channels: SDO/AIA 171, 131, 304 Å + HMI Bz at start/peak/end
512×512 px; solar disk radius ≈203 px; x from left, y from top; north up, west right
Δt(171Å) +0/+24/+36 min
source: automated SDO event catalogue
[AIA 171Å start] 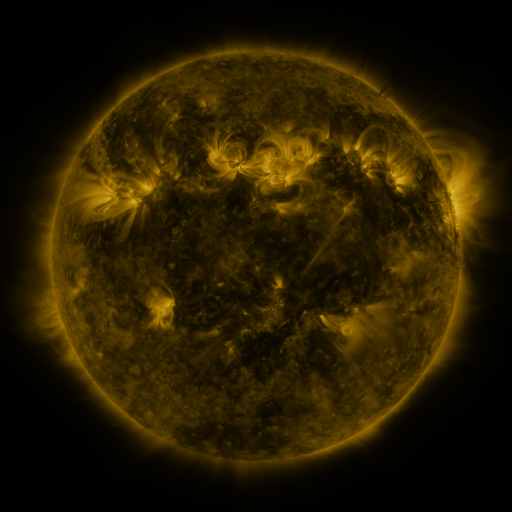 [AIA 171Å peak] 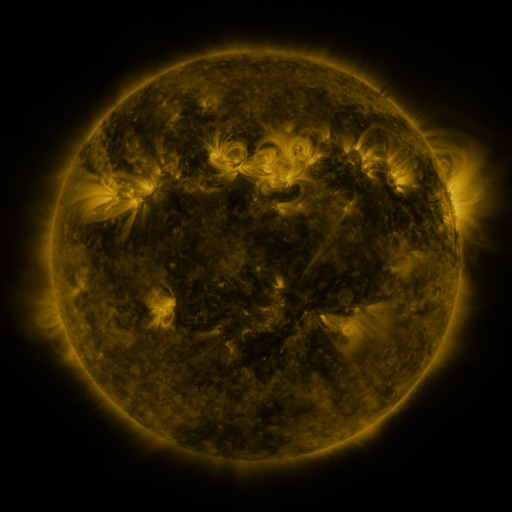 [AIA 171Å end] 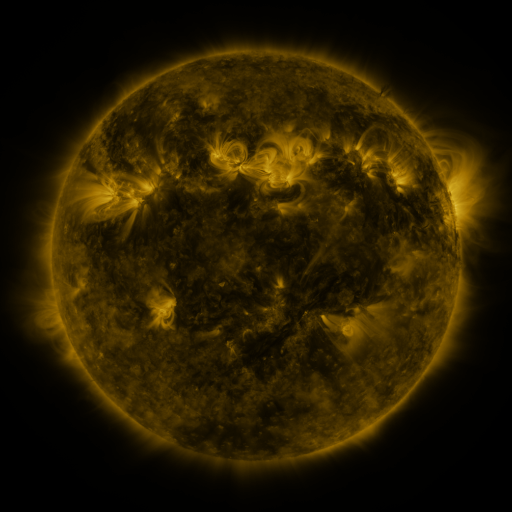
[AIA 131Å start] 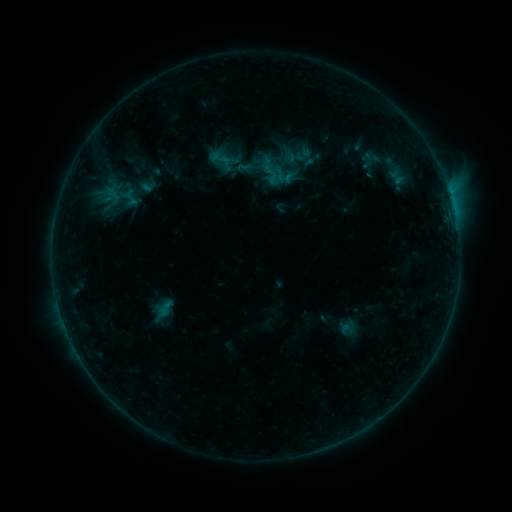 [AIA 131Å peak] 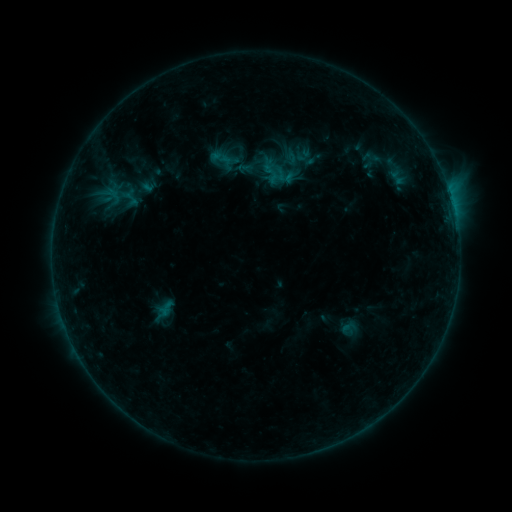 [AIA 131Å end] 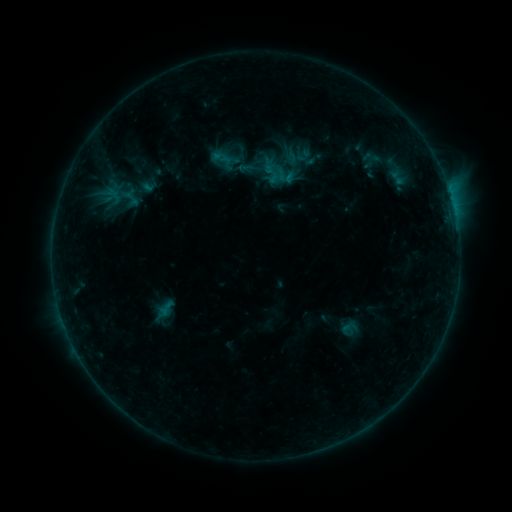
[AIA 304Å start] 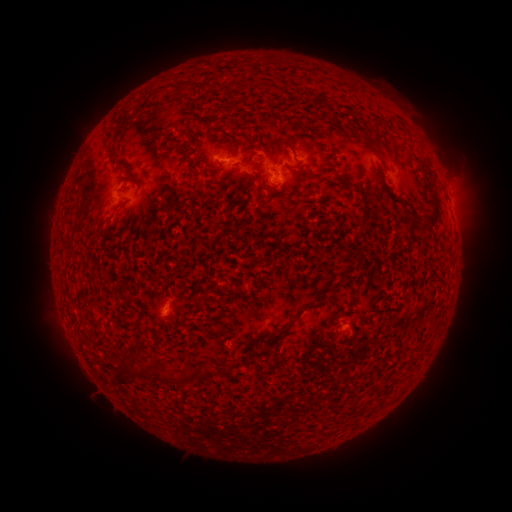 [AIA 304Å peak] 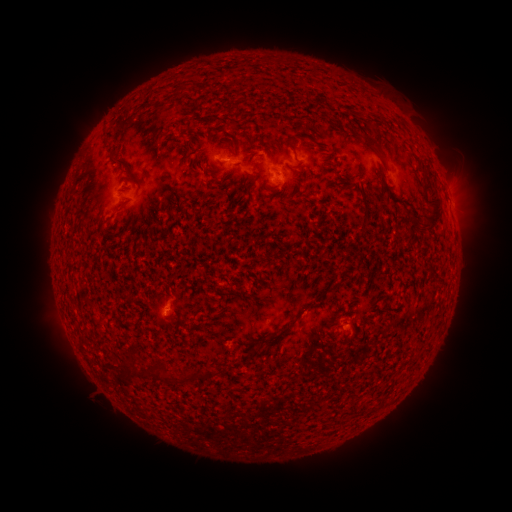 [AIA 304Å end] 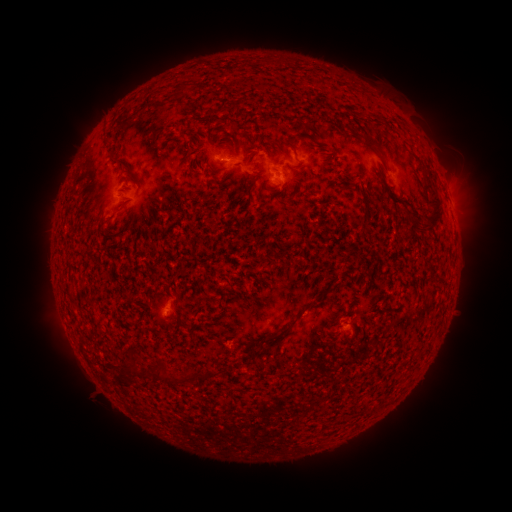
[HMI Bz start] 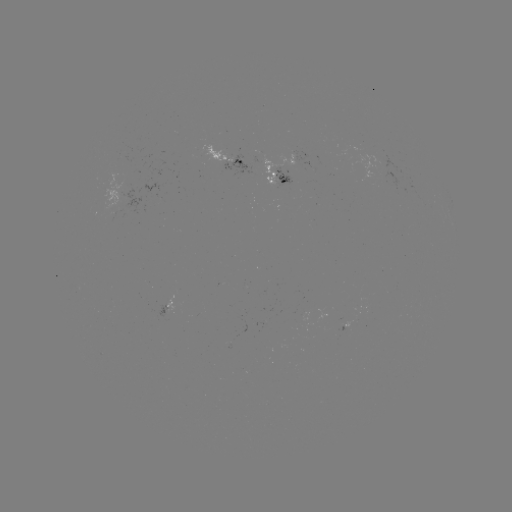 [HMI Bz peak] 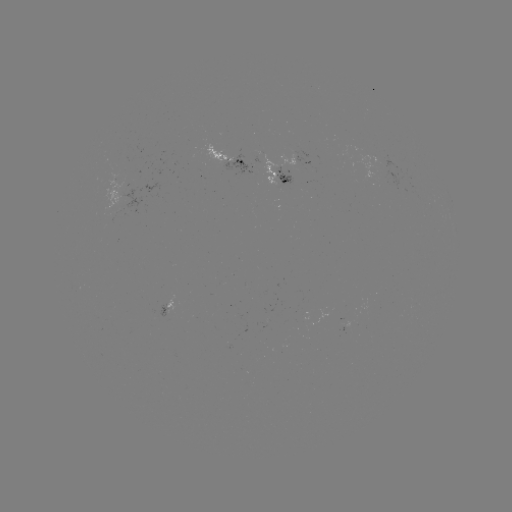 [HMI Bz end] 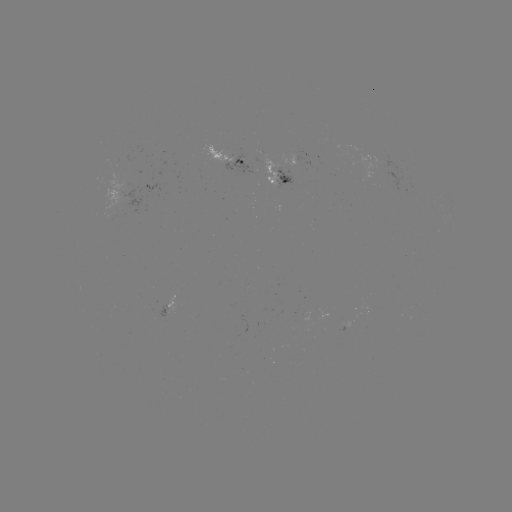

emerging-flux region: [282, 154, 297, 166]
